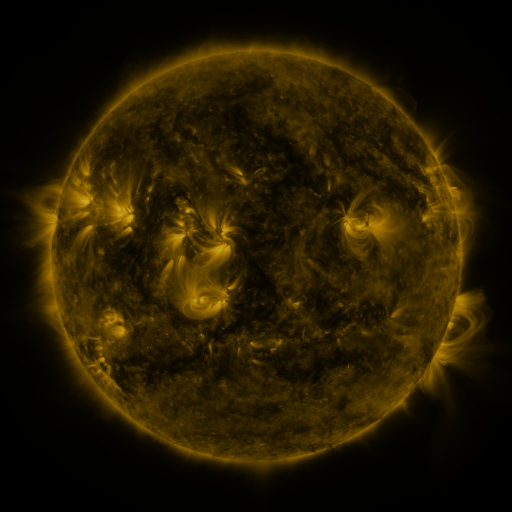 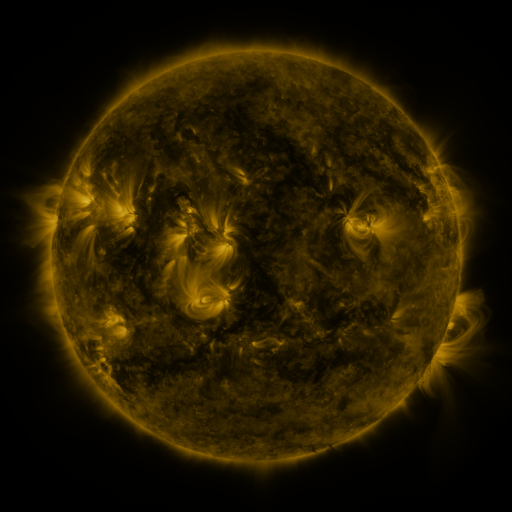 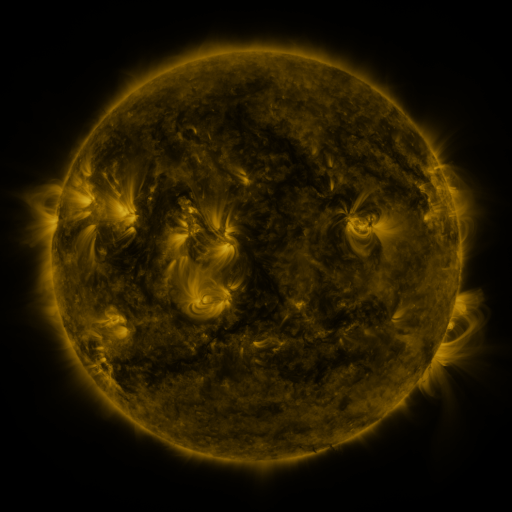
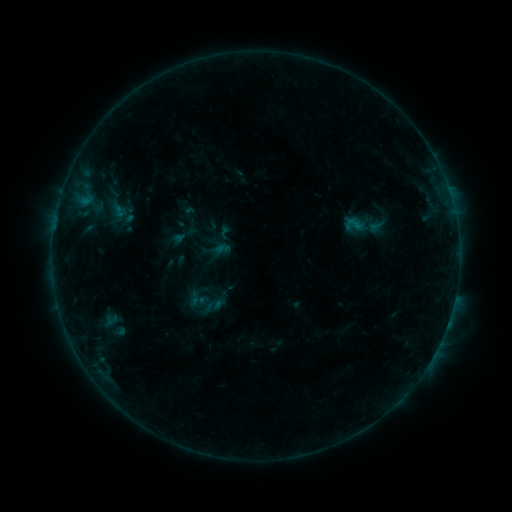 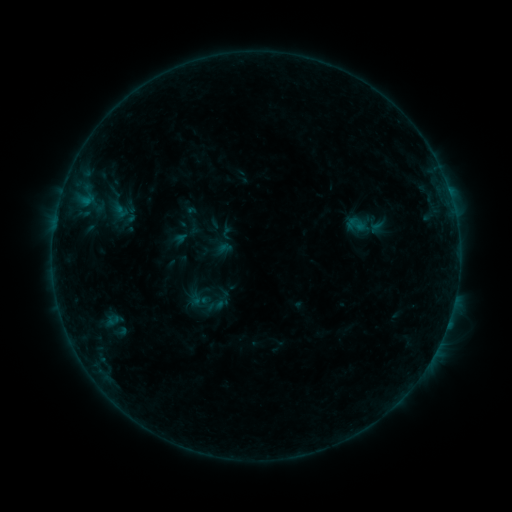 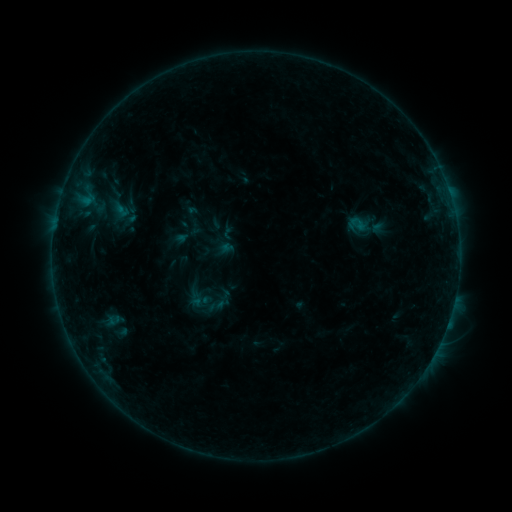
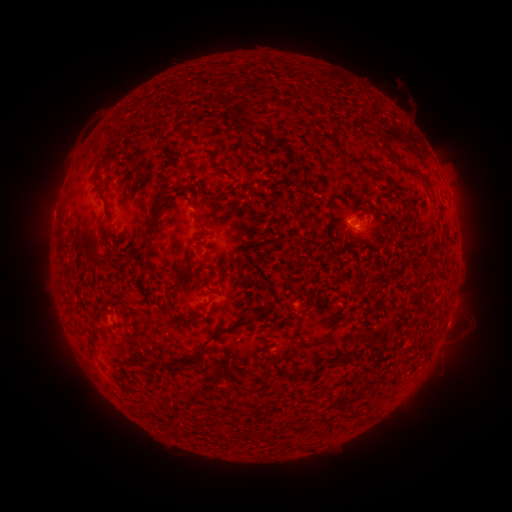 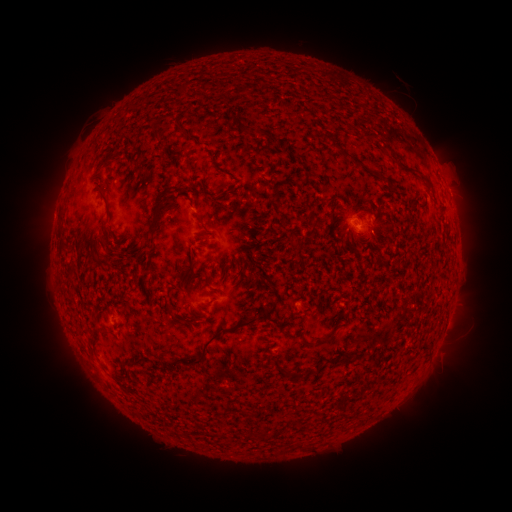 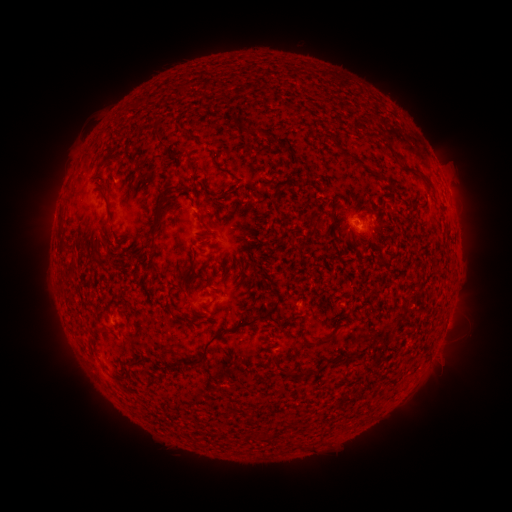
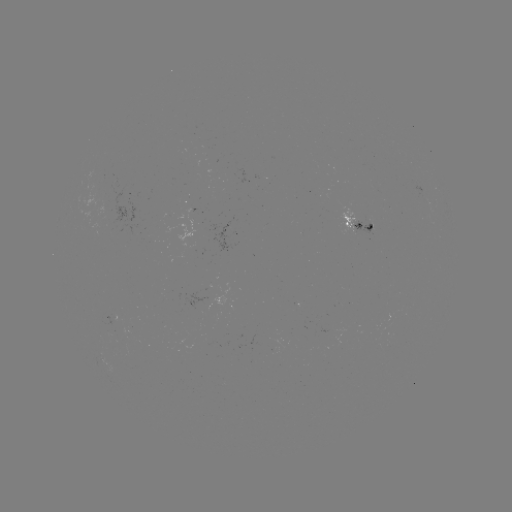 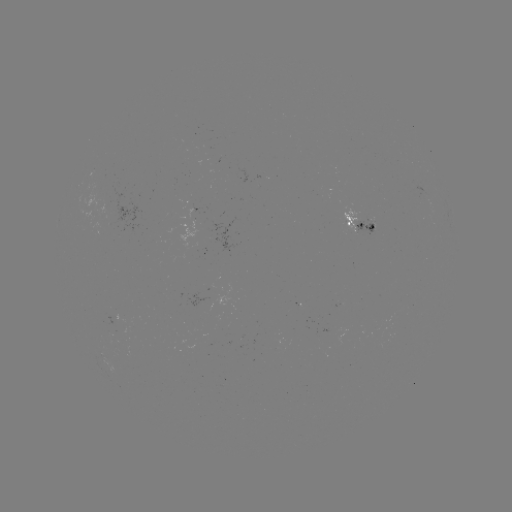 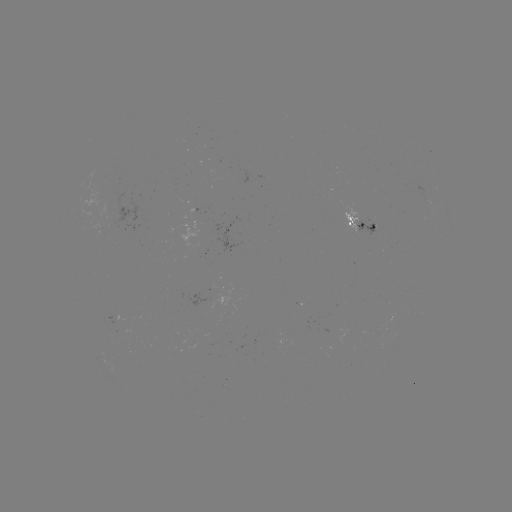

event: emerging-flux region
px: (347, 220)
